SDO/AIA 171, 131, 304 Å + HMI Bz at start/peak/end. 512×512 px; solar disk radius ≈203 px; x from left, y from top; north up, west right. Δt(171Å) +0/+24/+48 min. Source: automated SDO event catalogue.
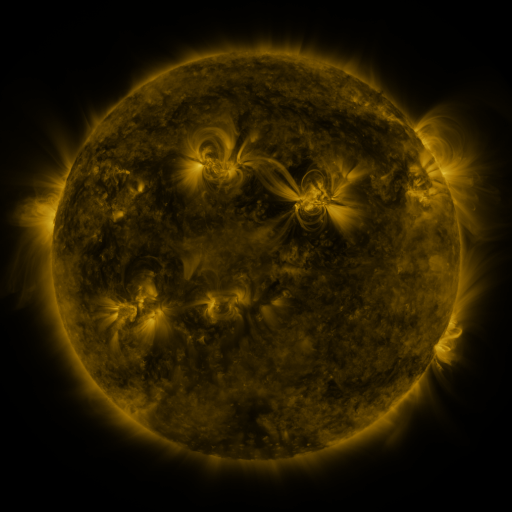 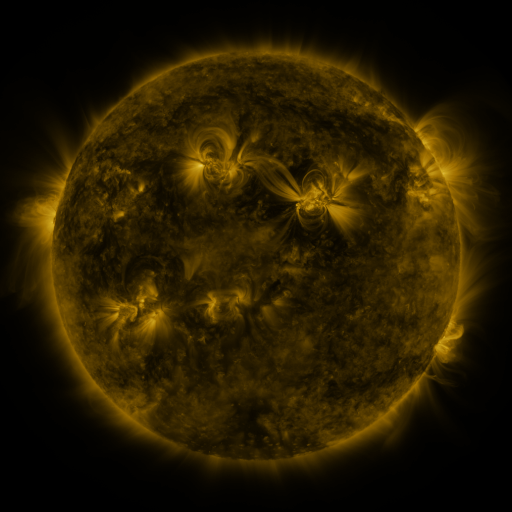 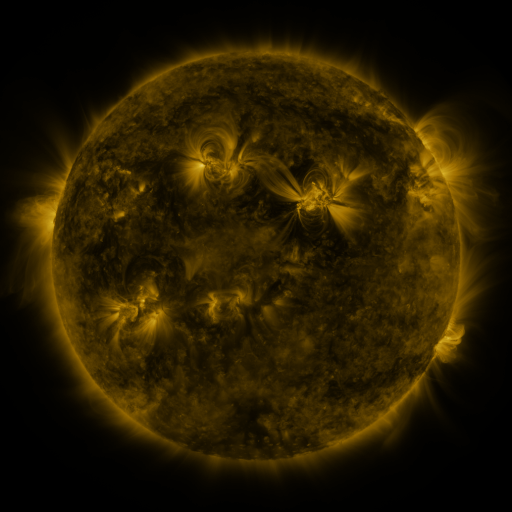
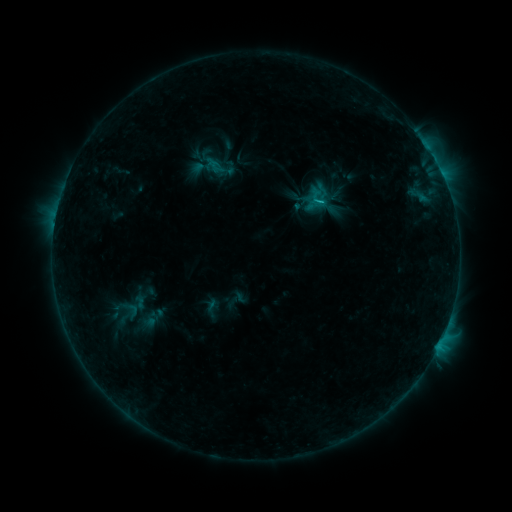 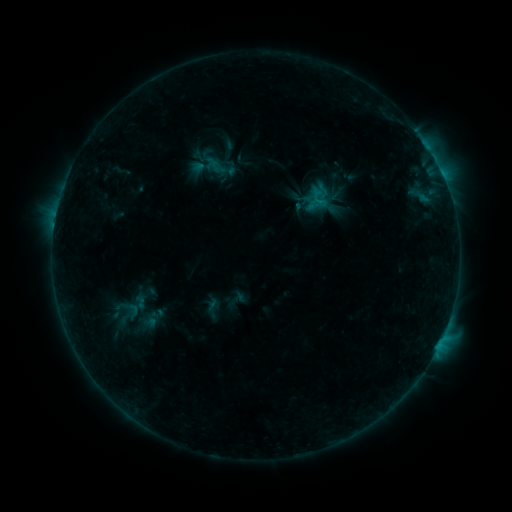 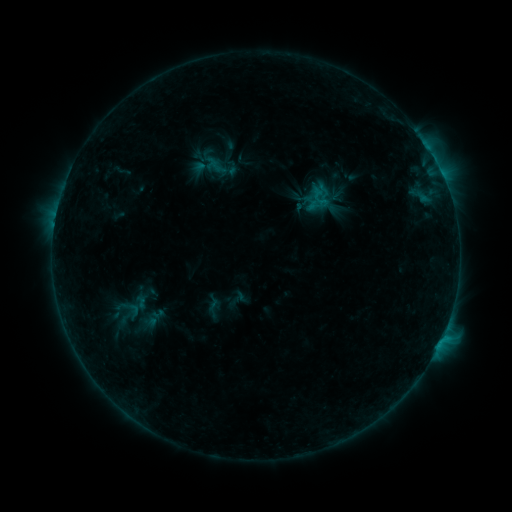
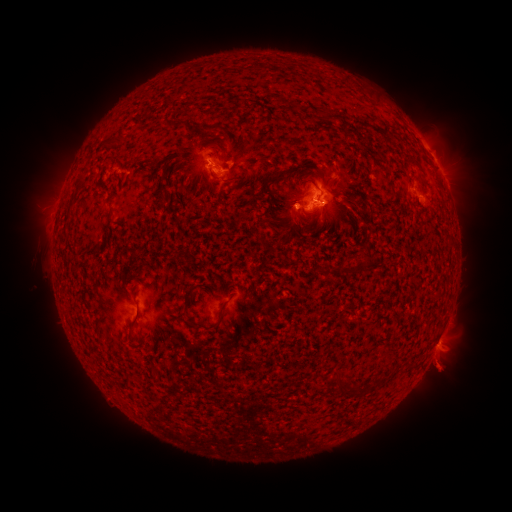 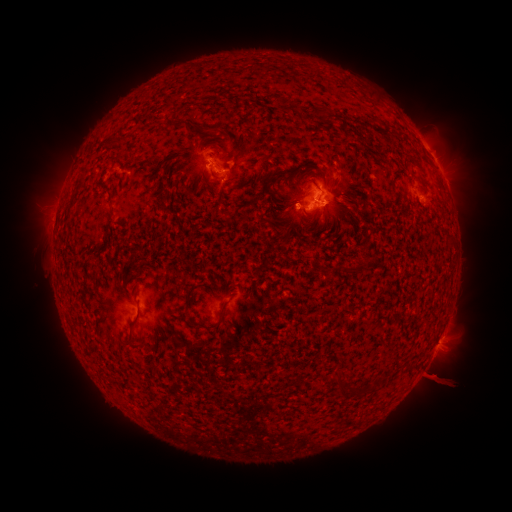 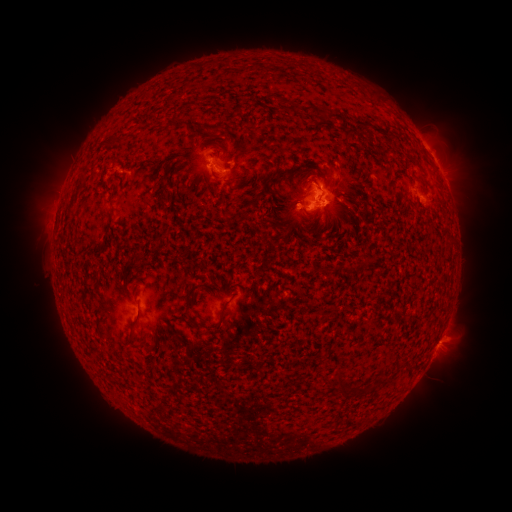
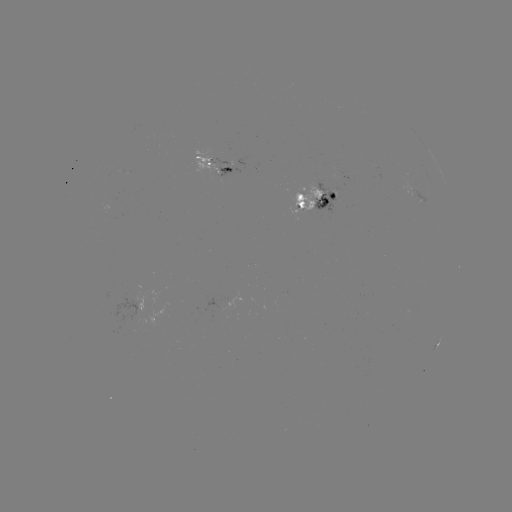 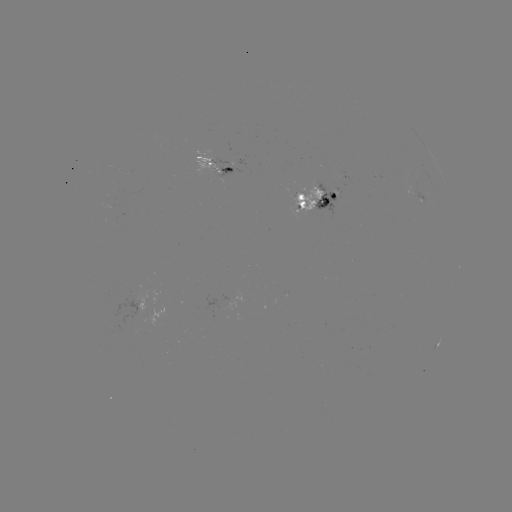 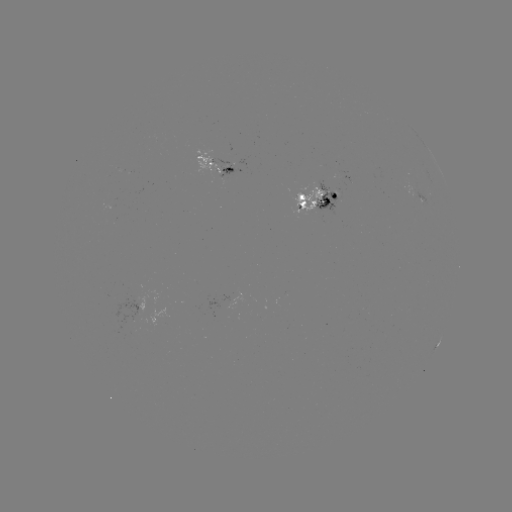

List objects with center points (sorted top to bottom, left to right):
emerging-flux region: (300, 198)
